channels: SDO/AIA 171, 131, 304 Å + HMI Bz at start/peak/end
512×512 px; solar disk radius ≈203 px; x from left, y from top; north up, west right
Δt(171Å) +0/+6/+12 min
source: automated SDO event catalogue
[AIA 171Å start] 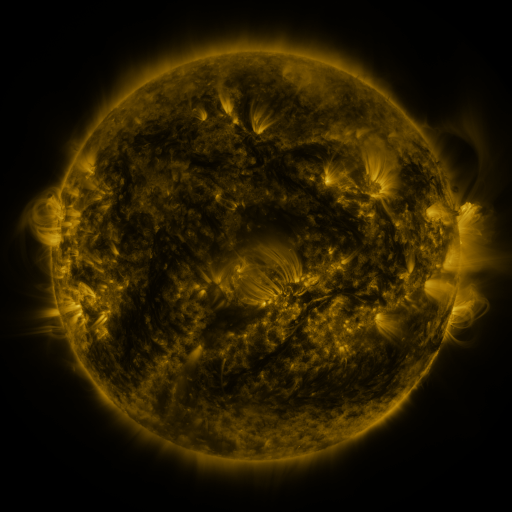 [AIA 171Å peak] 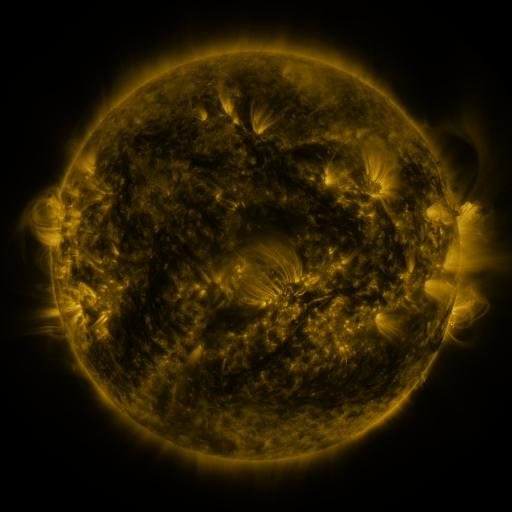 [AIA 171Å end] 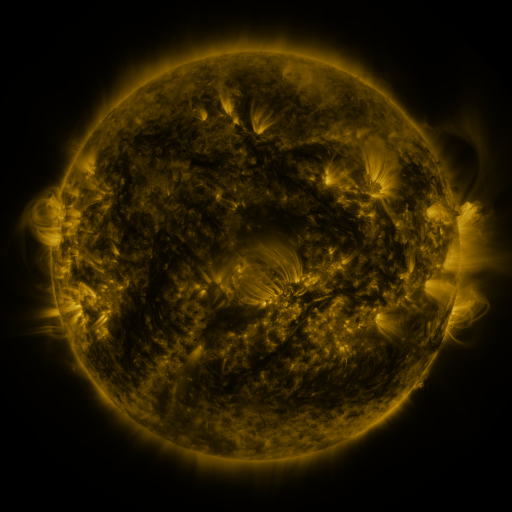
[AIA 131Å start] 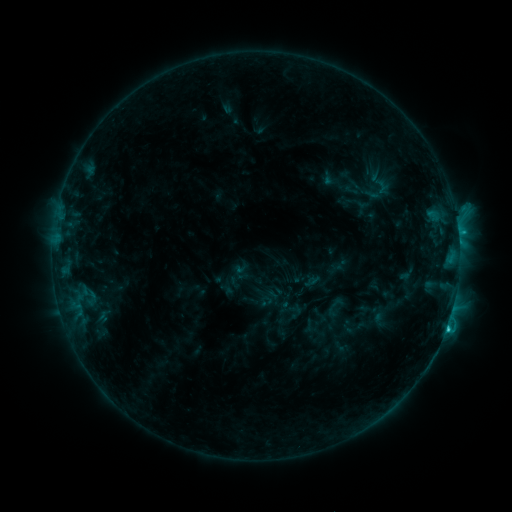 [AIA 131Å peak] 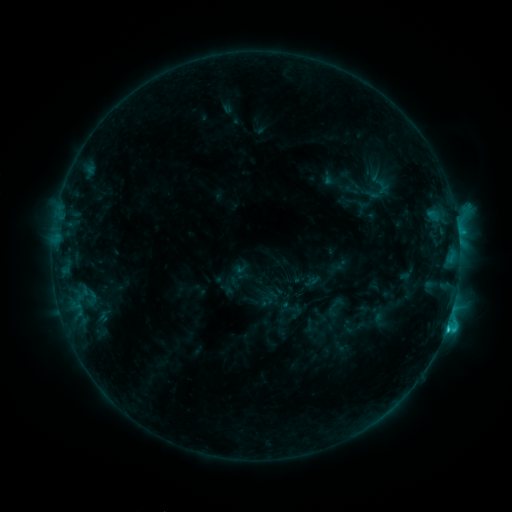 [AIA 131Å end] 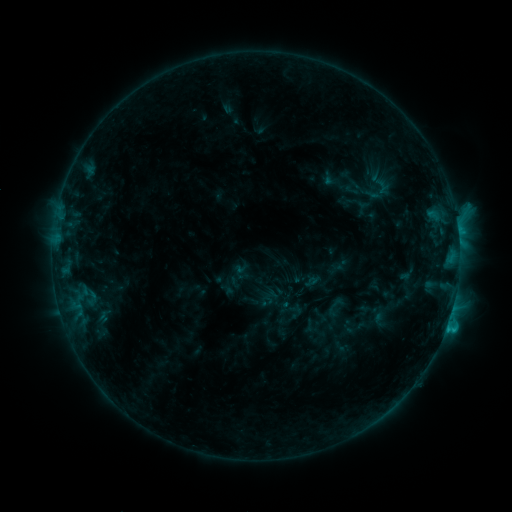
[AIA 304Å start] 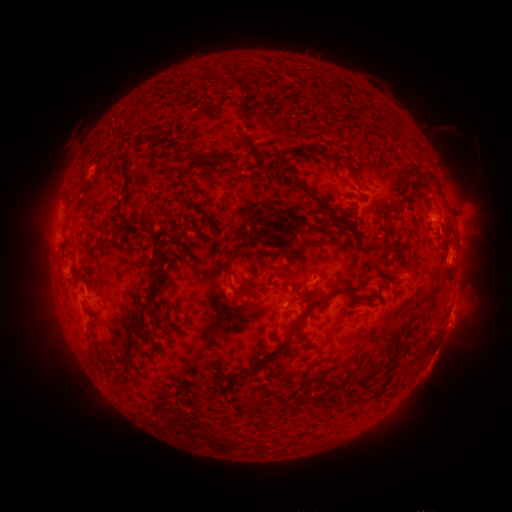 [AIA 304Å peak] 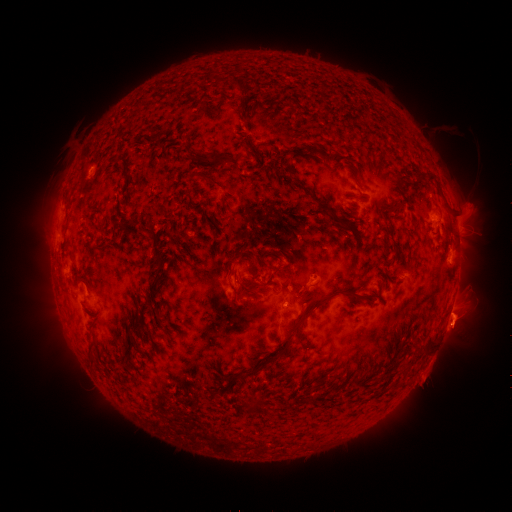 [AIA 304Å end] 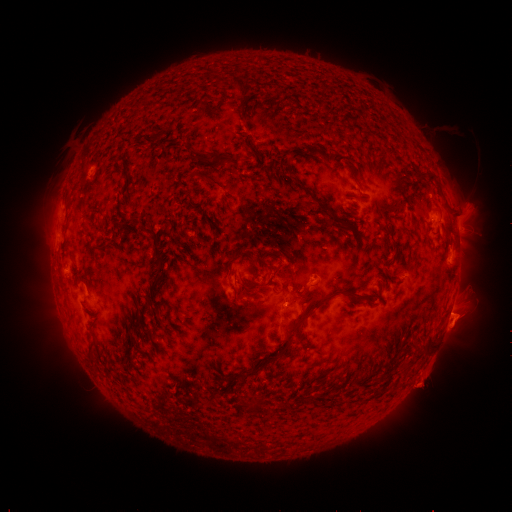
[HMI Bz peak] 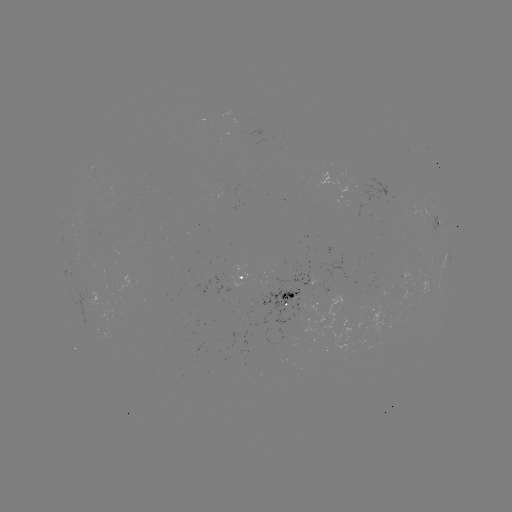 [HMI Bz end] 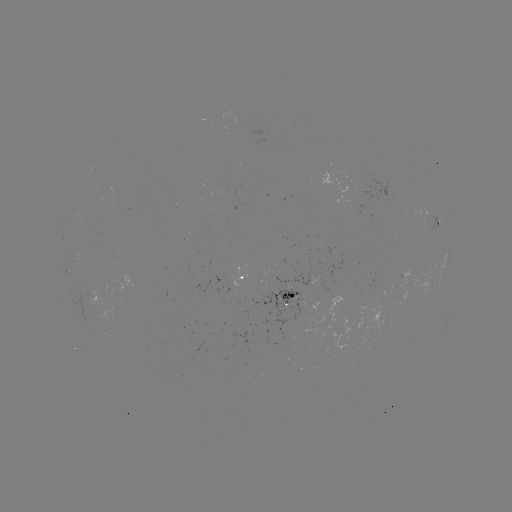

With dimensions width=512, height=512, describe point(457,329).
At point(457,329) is eruption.